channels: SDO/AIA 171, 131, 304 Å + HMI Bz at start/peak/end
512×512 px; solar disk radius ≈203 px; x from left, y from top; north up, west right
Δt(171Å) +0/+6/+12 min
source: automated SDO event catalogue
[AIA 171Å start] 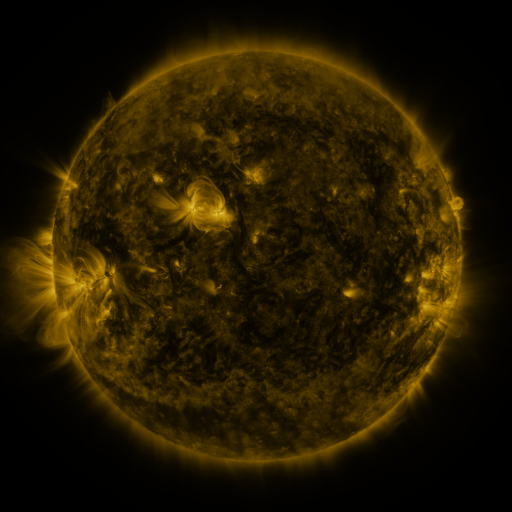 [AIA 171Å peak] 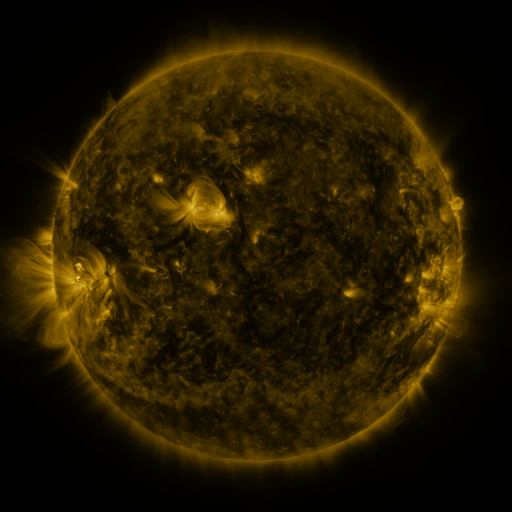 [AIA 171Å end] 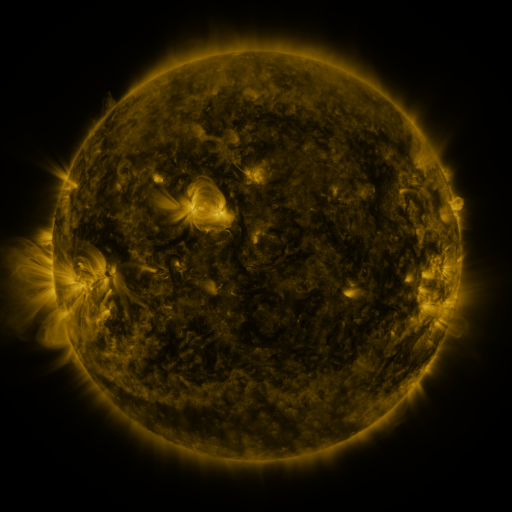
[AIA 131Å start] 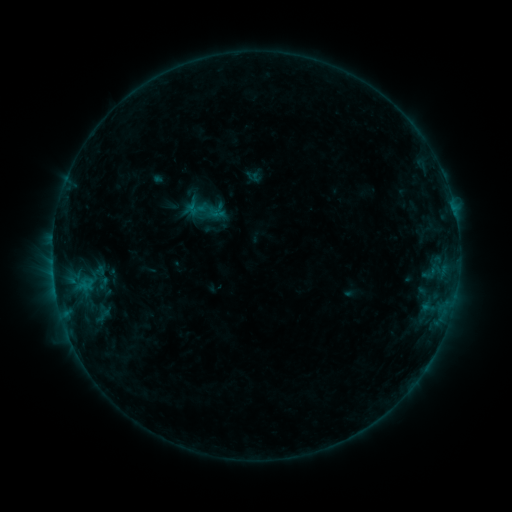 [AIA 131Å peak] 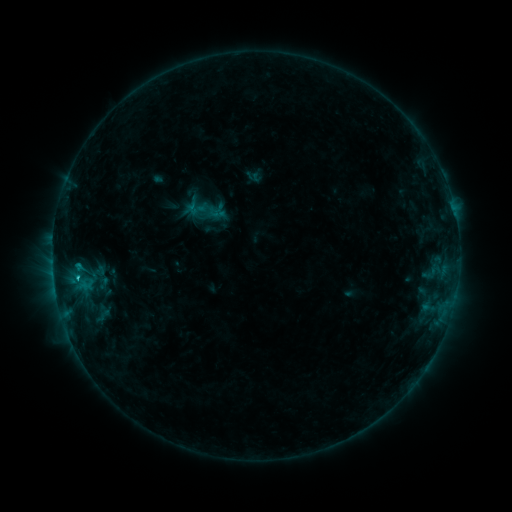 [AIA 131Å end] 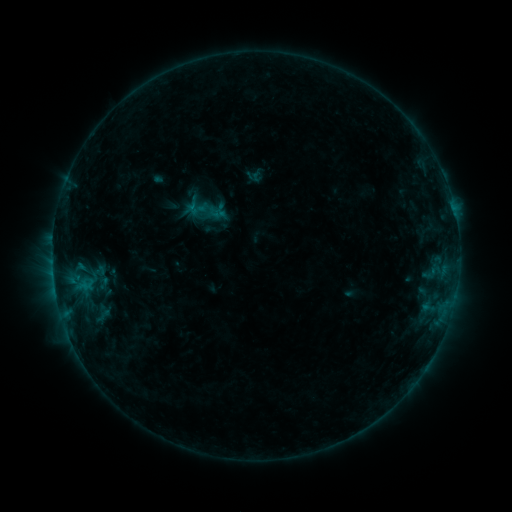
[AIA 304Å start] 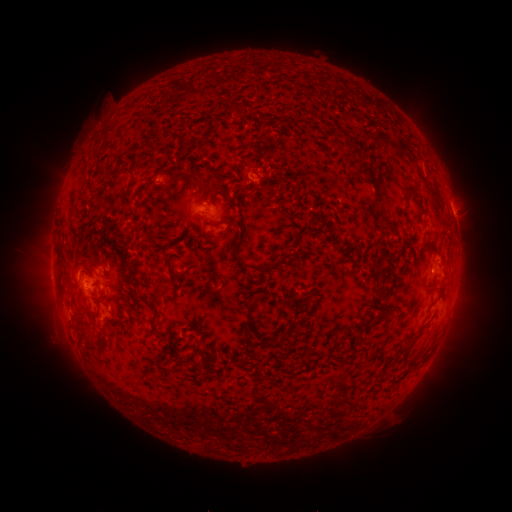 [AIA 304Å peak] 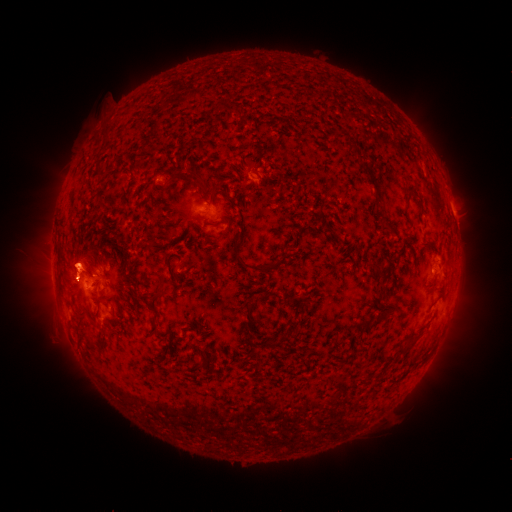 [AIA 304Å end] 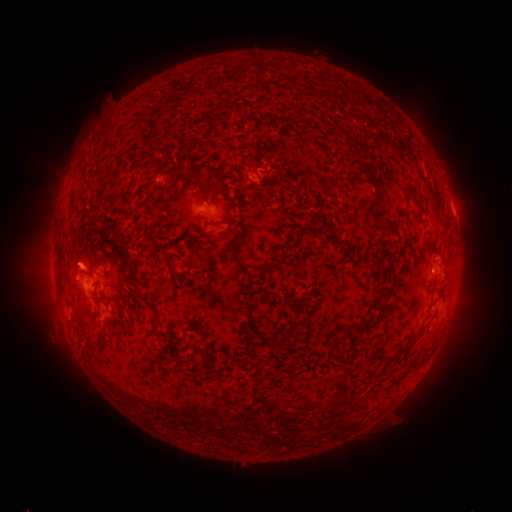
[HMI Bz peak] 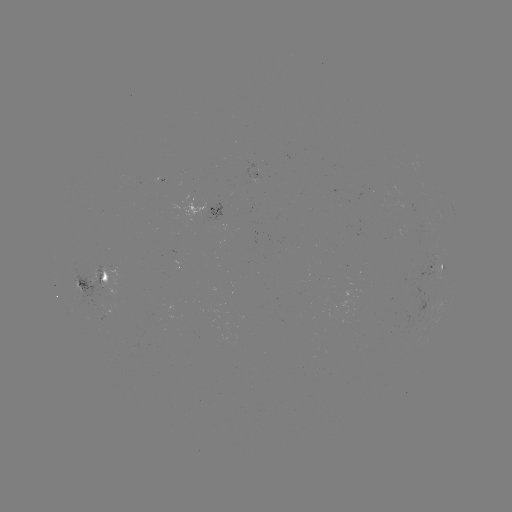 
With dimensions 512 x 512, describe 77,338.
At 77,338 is eruption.